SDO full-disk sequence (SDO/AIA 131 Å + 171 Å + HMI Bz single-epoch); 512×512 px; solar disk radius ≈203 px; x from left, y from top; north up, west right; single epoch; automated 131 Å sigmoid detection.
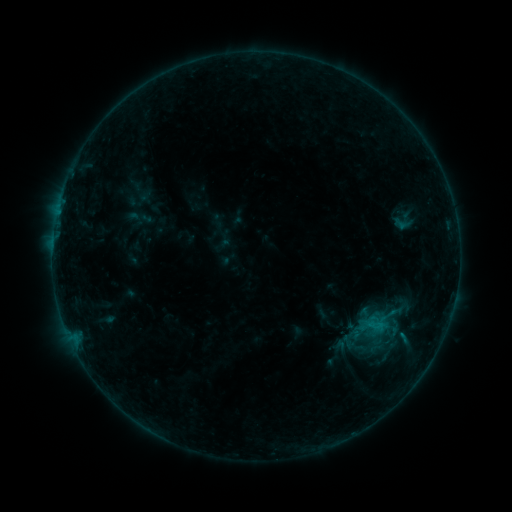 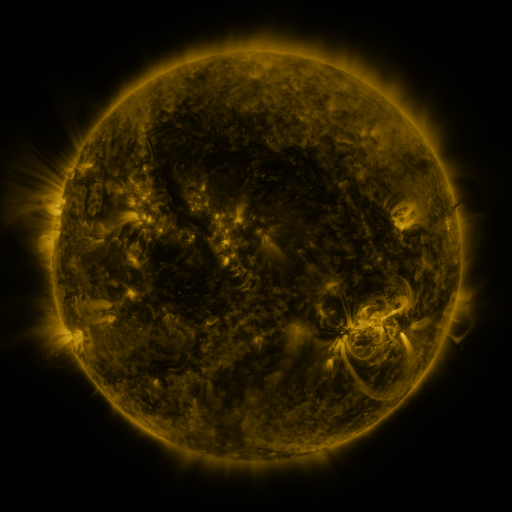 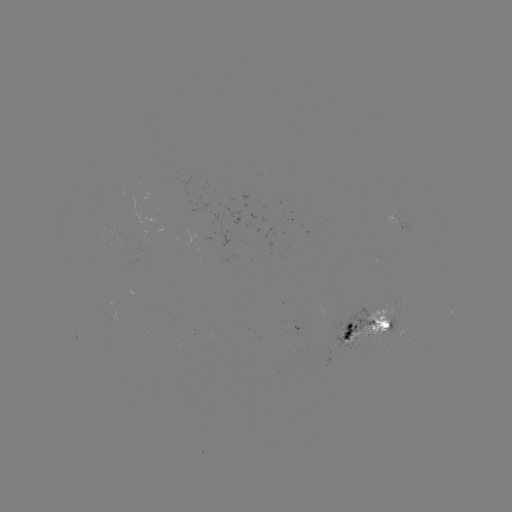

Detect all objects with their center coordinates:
sigmoid: (355, 348)
